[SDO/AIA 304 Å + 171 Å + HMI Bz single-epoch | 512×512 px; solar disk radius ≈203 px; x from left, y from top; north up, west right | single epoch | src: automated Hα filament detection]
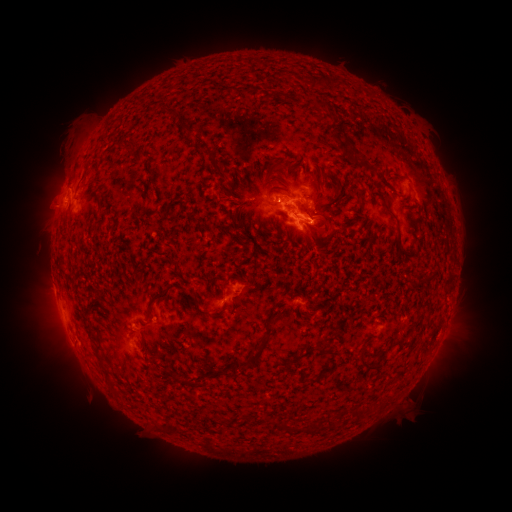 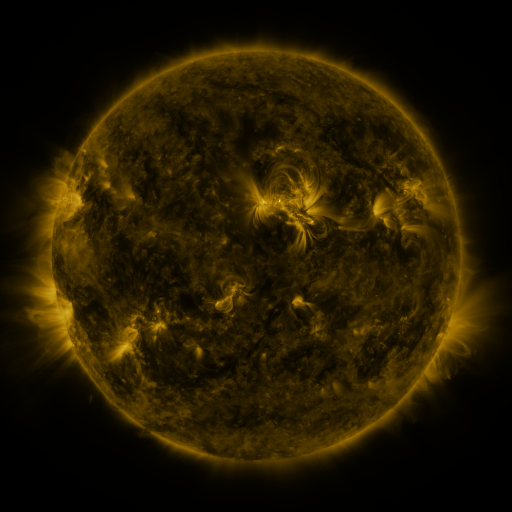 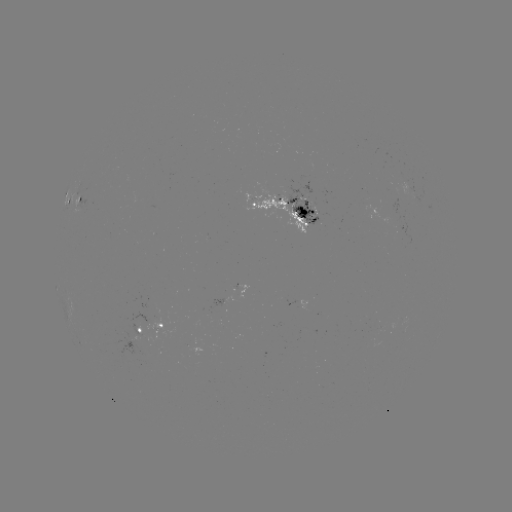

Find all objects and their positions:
filament: (192, 130)
filament: (363, 166)
filament: (223, 175)
filament: (362, 199)
filament: (390, 213)
filament: (322, 216)
filament: (235, 224)
filament: (314, 229)
filament: (224, 294)
filament: (154, 298)
filament: (119, 329)
filament: (315, 349)
filament: (251, 359)
filament: (362, 363)
filament: (329, 370)
filament: (311, 381)
filament: (283, 427)
